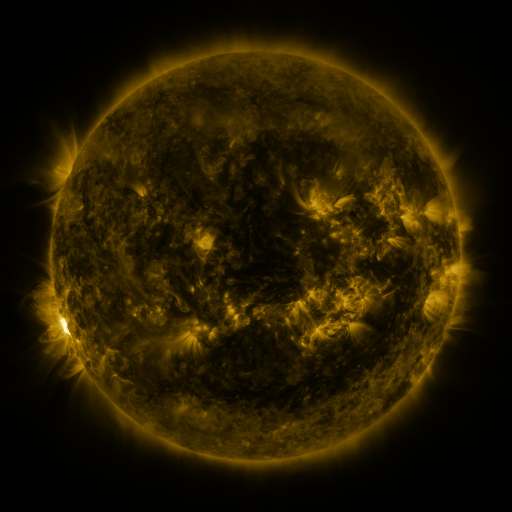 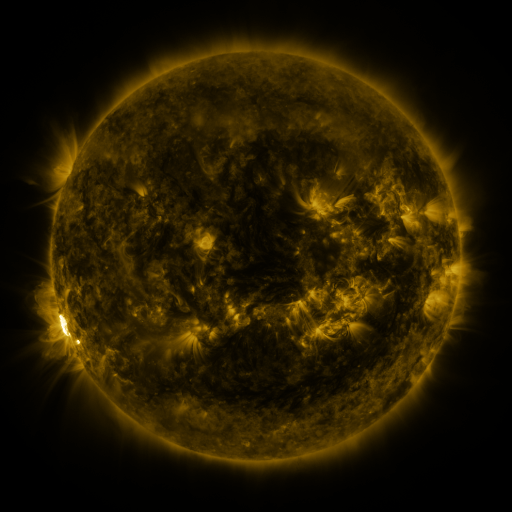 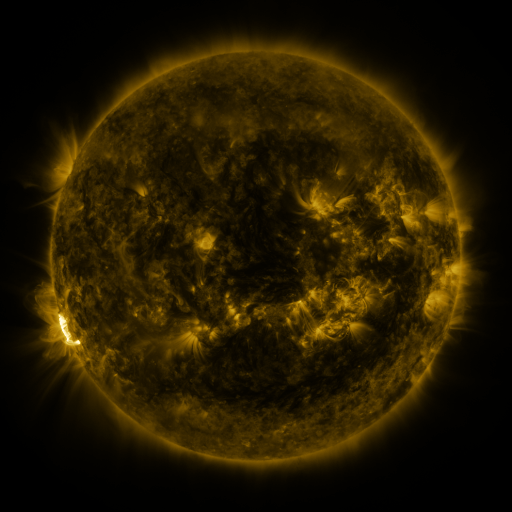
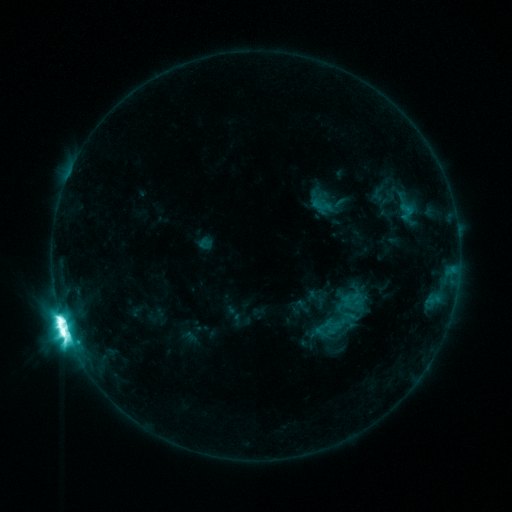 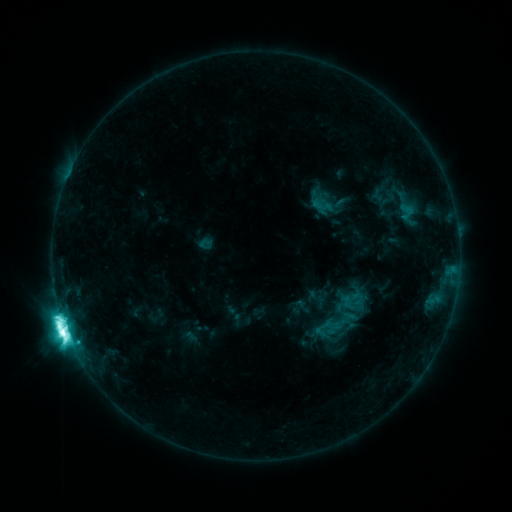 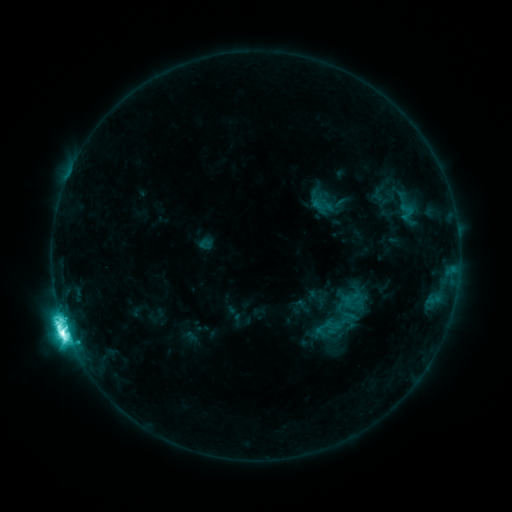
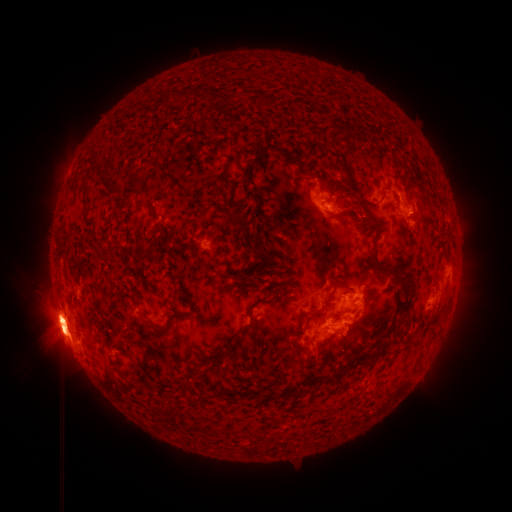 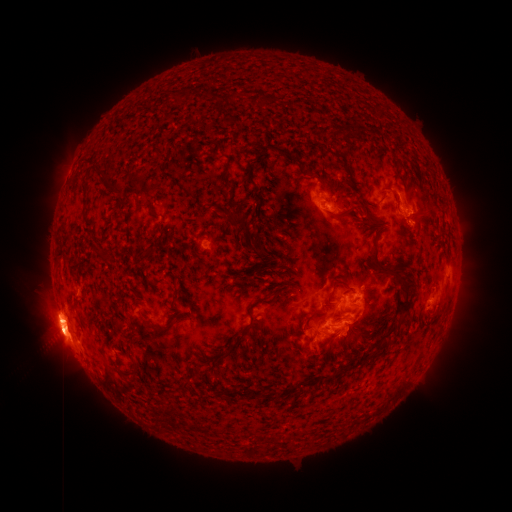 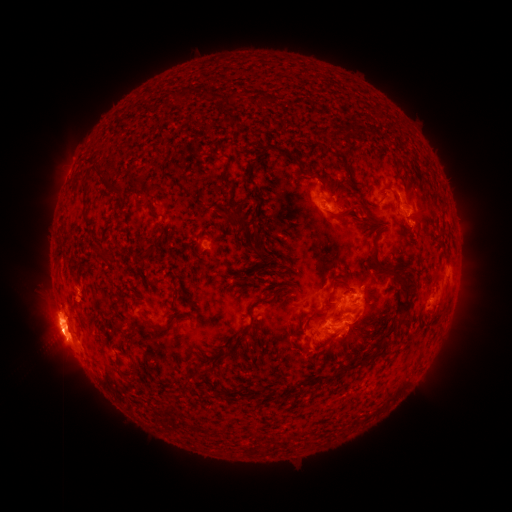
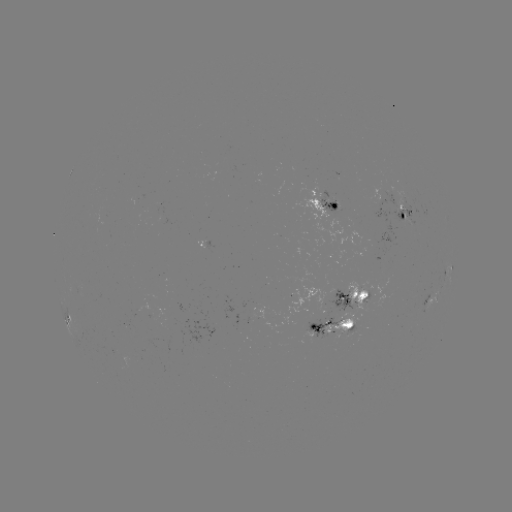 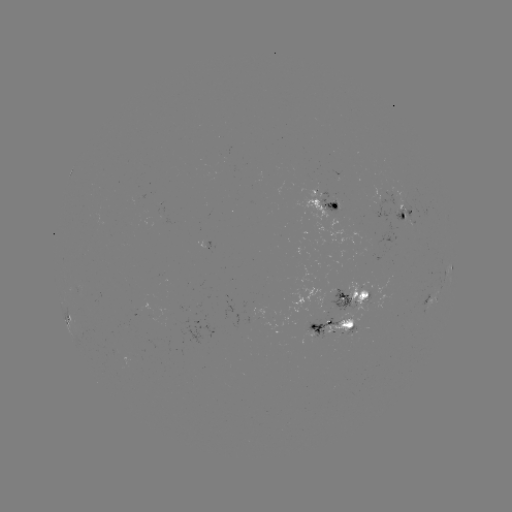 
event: eruption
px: (318, 353)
